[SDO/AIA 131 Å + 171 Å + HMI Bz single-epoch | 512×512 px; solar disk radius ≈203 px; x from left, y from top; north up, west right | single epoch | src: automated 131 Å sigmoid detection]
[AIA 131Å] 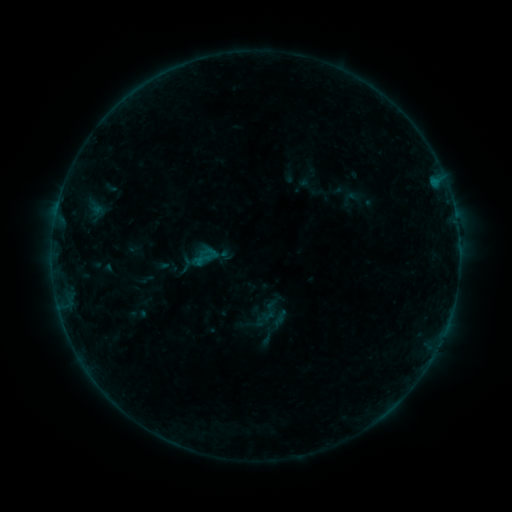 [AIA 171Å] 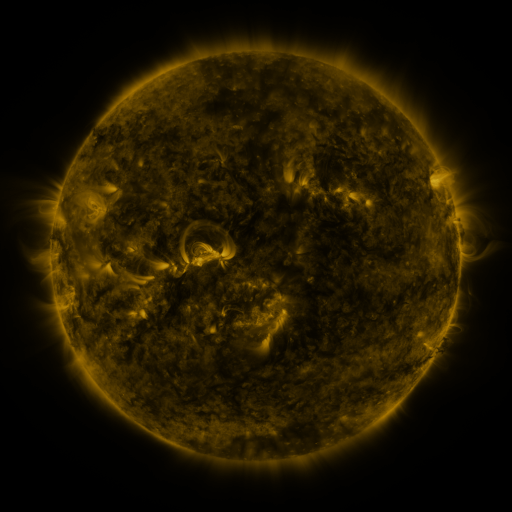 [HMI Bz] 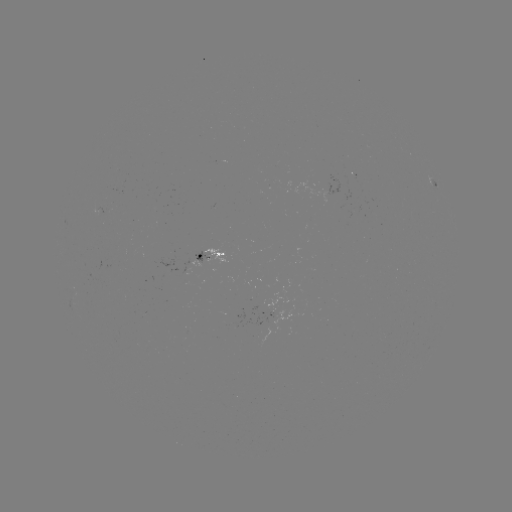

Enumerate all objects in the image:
sigmoid: (201, 247, 219, 265)
